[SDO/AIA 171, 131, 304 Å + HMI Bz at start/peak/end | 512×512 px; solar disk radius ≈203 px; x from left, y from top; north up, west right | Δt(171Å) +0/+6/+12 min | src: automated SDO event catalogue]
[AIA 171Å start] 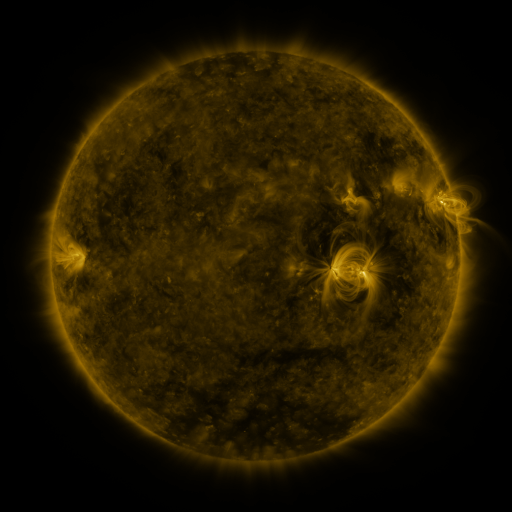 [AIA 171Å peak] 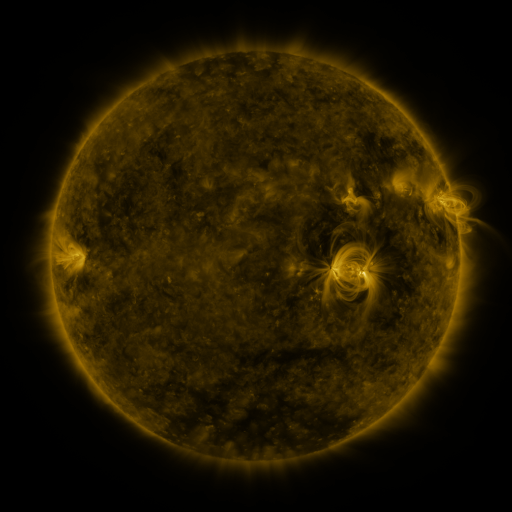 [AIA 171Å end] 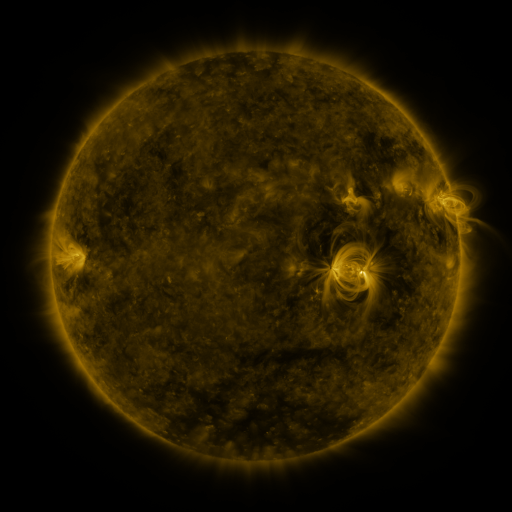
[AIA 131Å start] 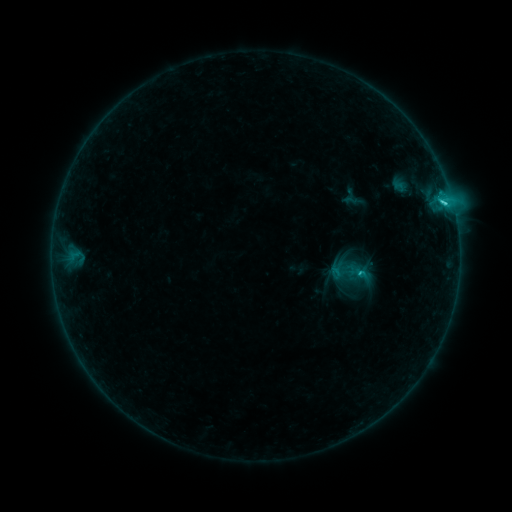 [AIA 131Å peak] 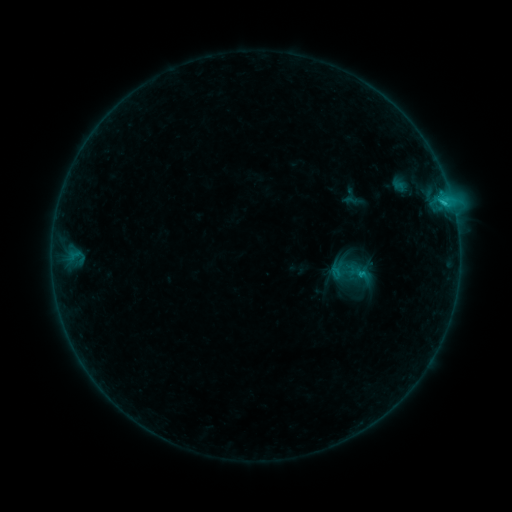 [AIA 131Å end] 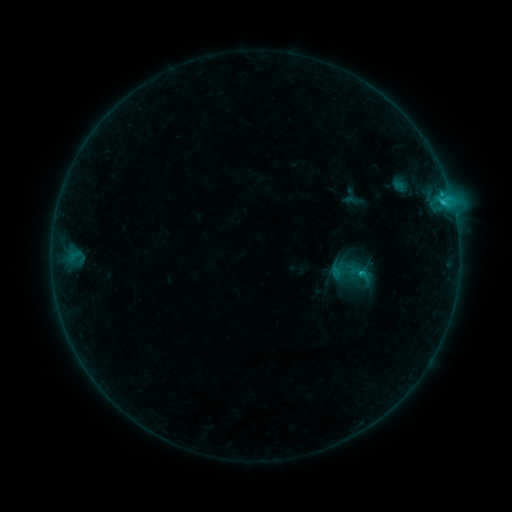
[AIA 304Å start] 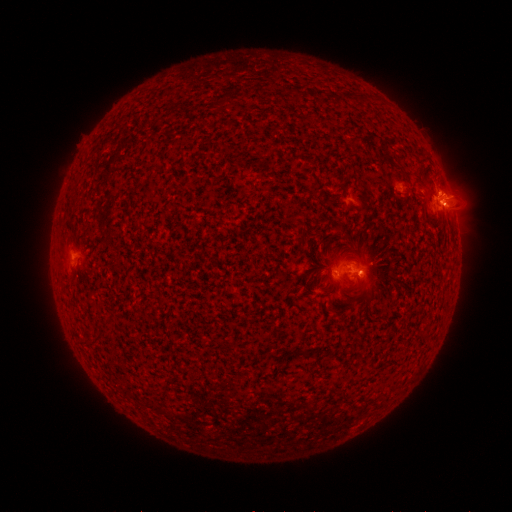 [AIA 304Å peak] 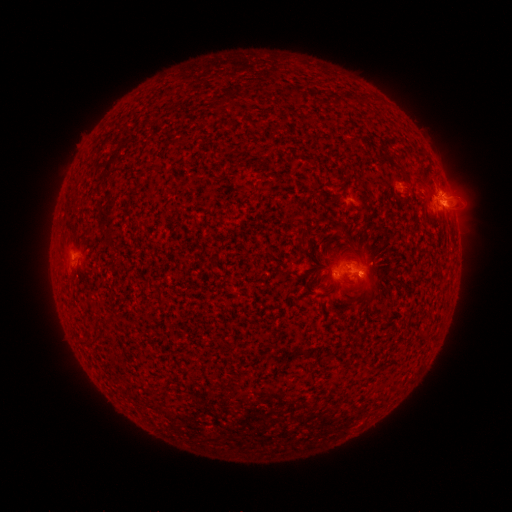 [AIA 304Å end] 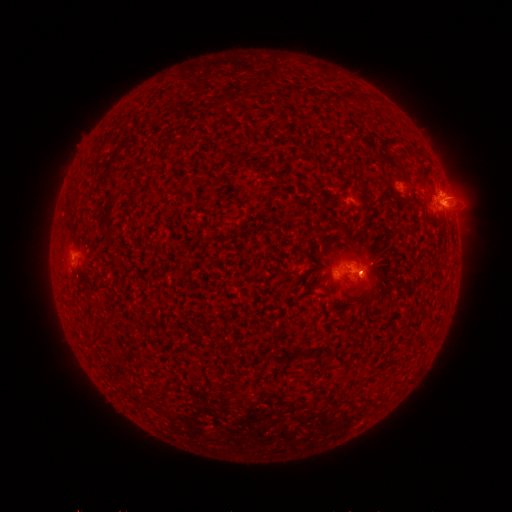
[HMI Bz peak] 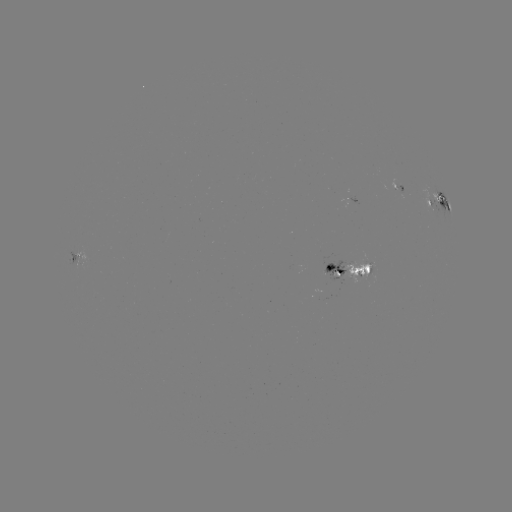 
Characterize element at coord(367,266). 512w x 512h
eruption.